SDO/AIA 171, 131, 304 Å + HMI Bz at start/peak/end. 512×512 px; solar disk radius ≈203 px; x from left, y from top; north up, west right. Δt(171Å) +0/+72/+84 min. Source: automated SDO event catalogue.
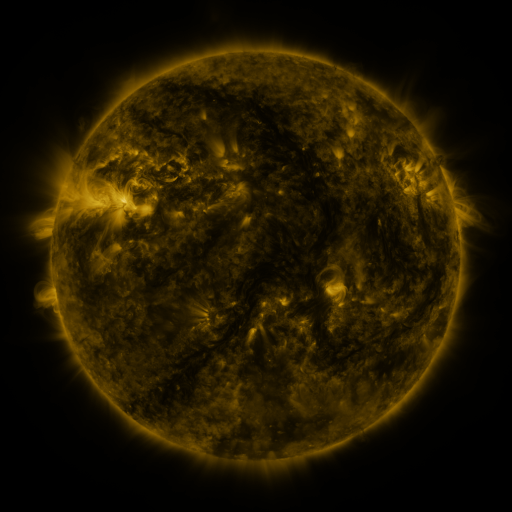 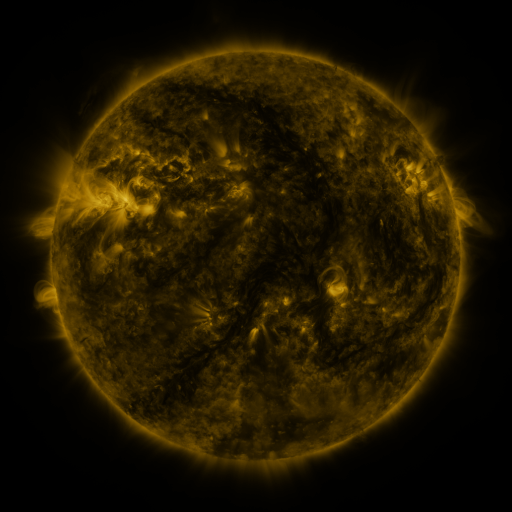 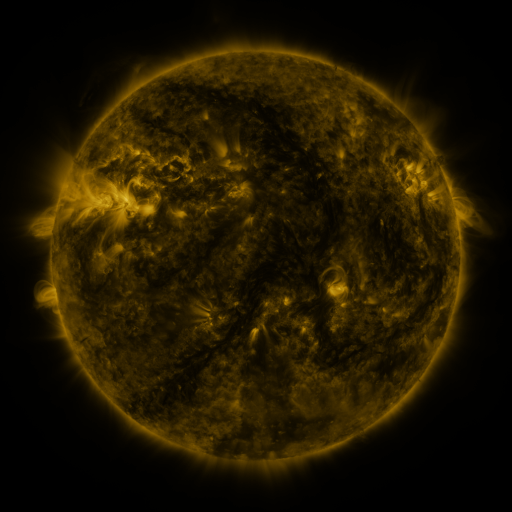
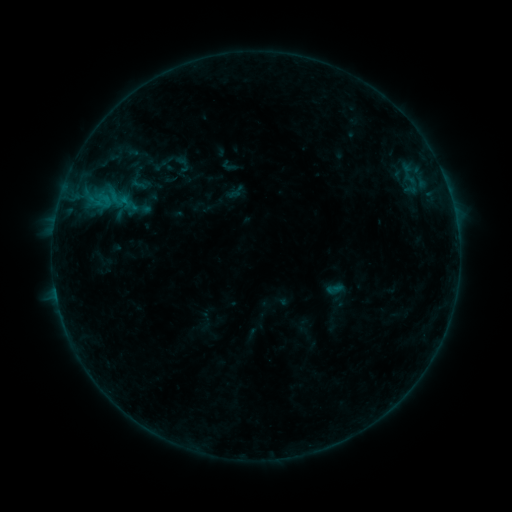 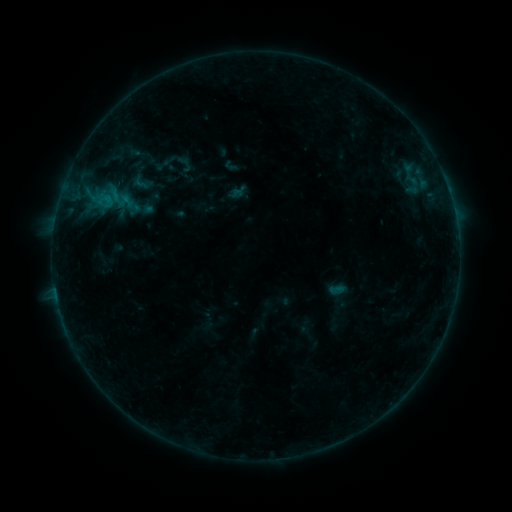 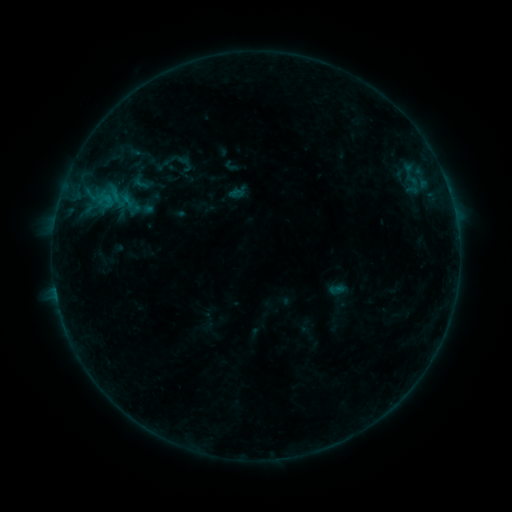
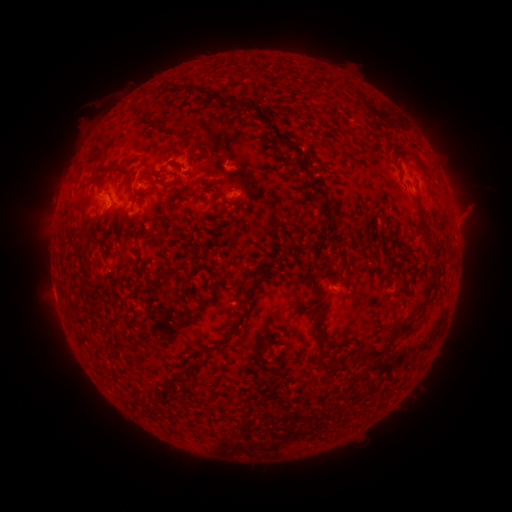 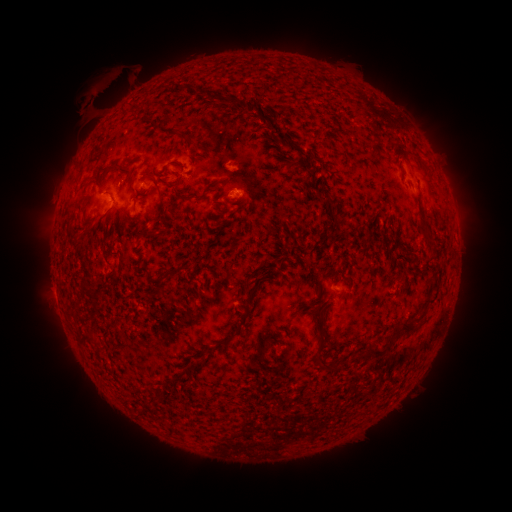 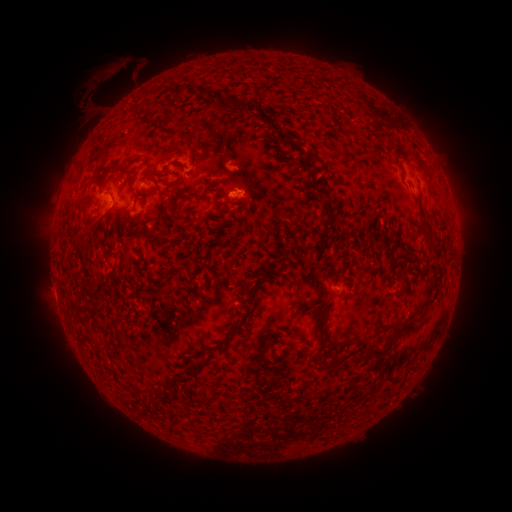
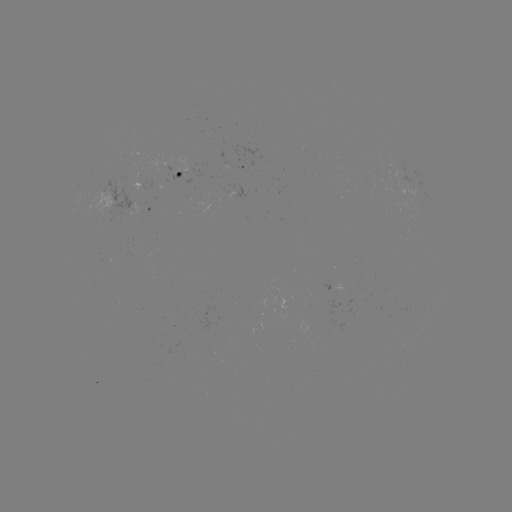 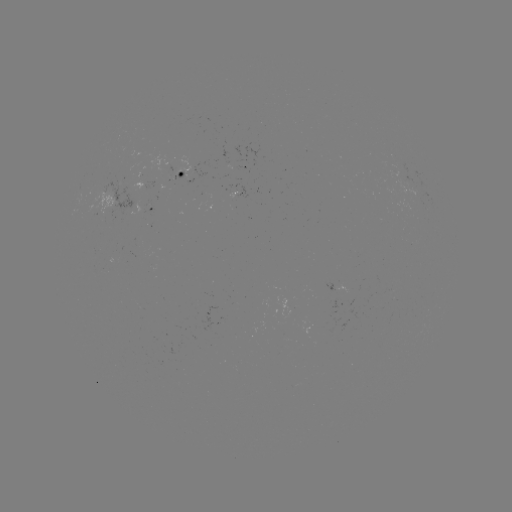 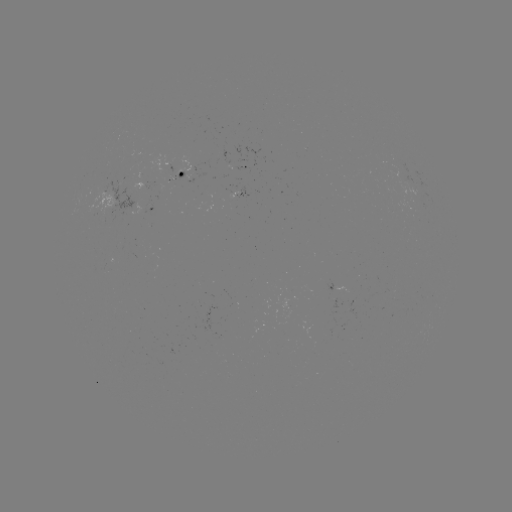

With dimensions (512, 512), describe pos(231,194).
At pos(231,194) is emerging-flux region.